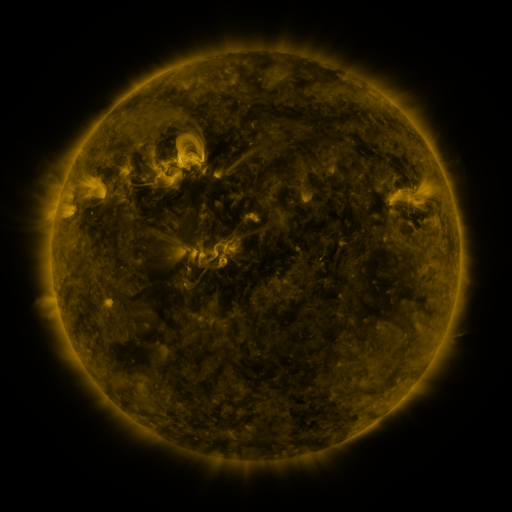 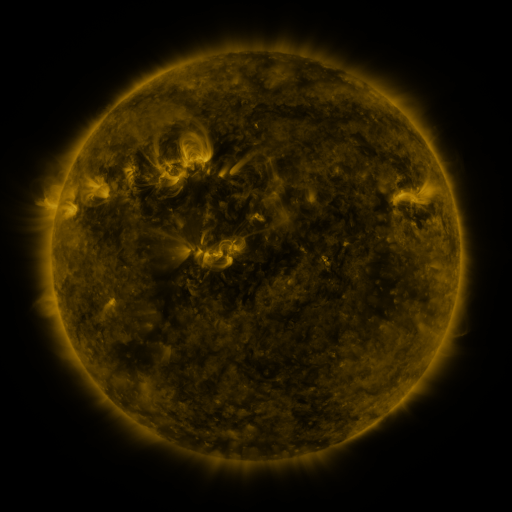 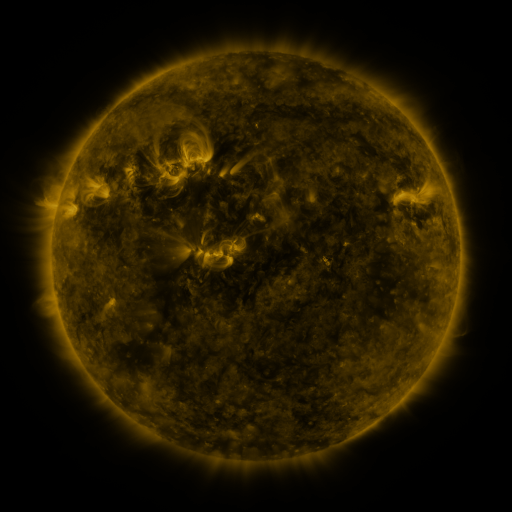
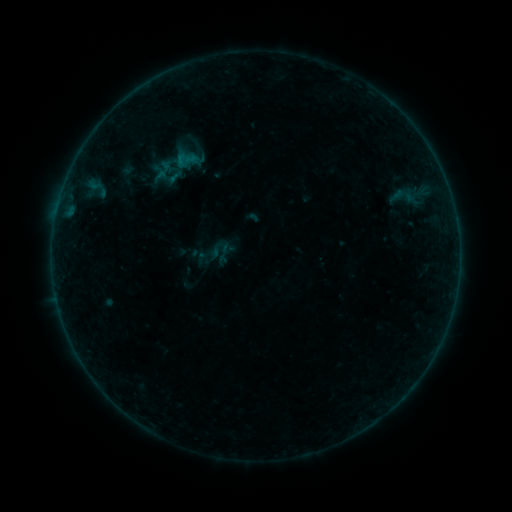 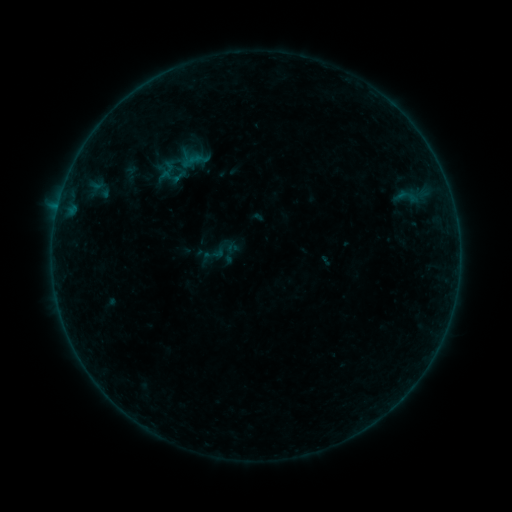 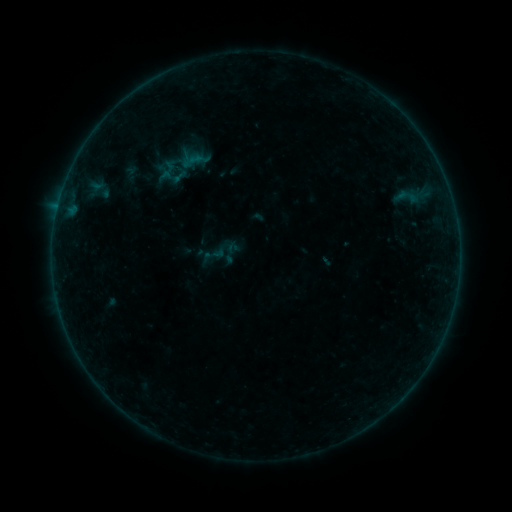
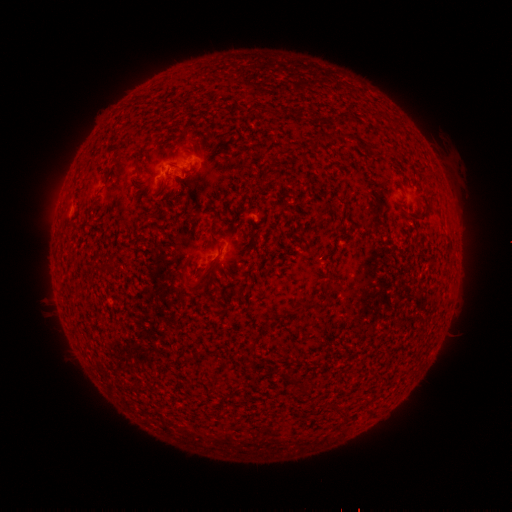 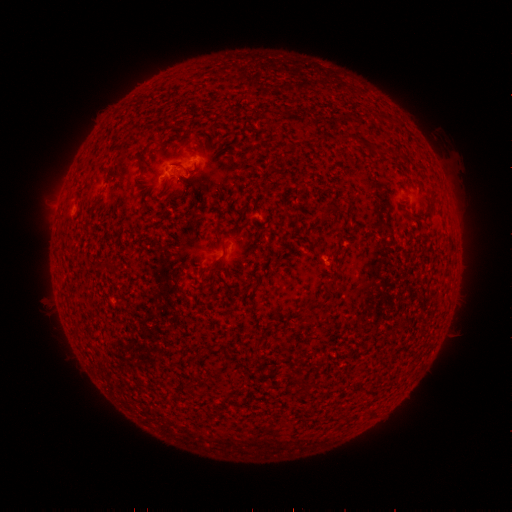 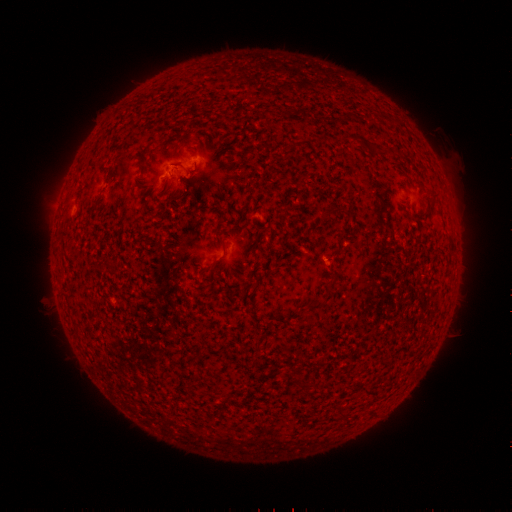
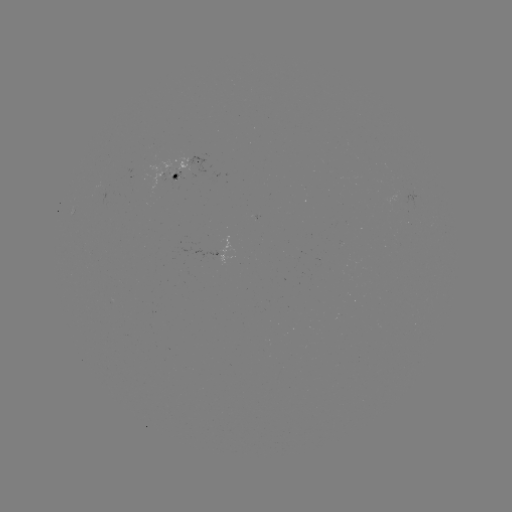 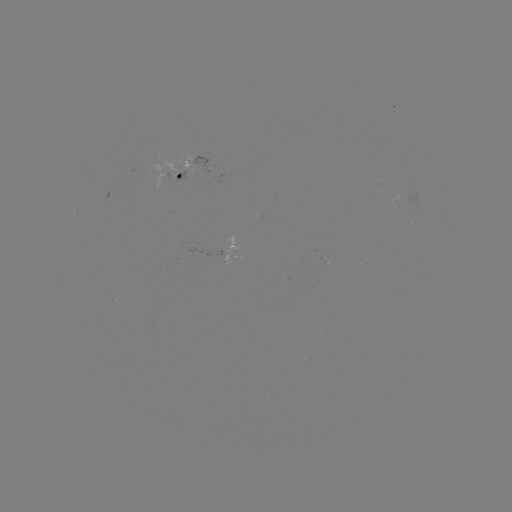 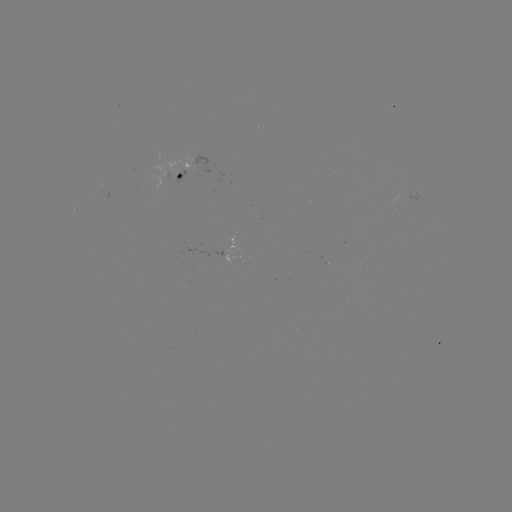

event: emerging-flux region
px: (323, 260)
